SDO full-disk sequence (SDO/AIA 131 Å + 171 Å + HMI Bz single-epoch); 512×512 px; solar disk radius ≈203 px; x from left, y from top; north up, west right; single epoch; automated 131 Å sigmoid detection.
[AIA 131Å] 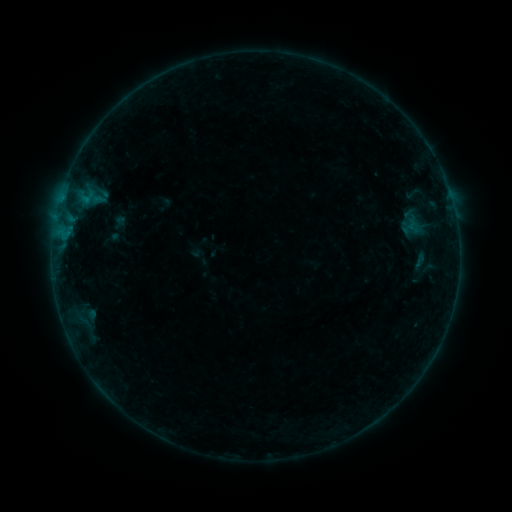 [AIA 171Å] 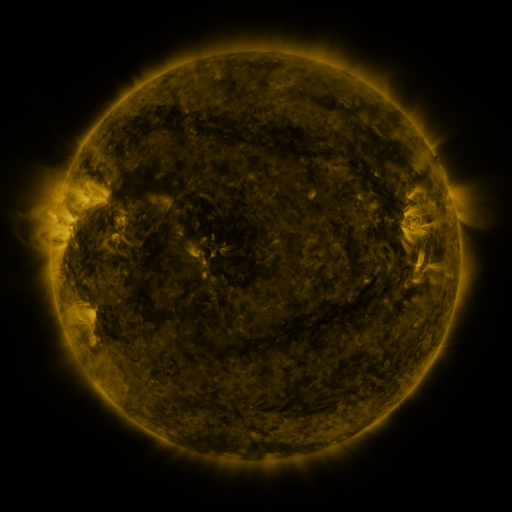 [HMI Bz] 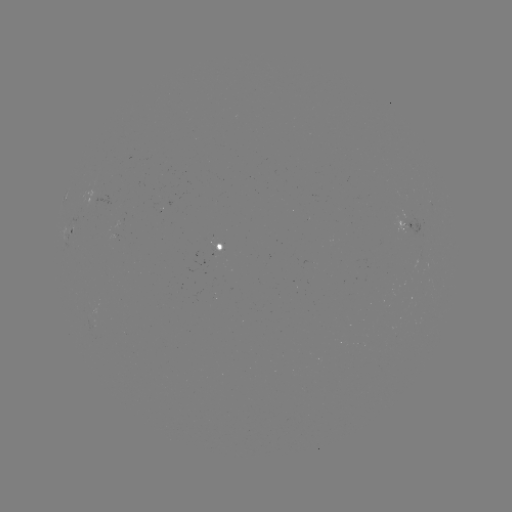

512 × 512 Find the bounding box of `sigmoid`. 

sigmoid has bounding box [402, 213, 421, 232].